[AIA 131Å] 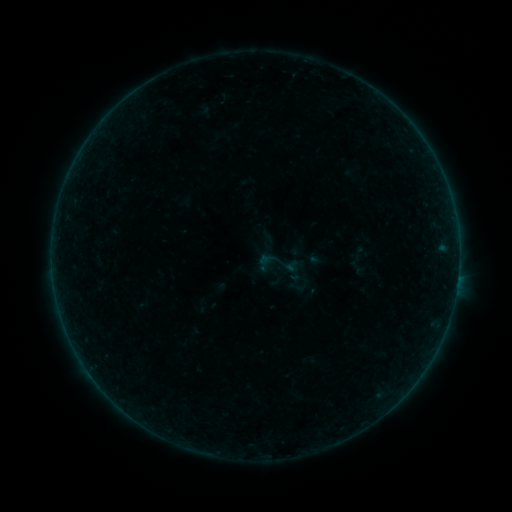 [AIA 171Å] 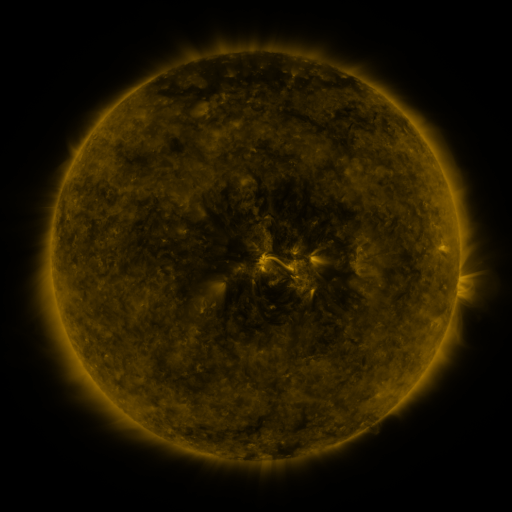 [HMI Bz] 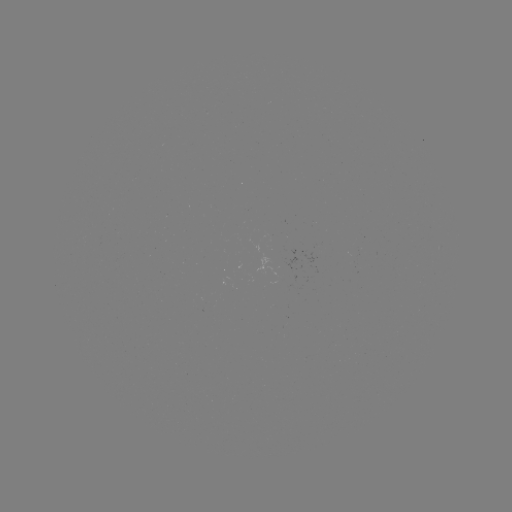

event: sigmoid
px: (279, 266)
